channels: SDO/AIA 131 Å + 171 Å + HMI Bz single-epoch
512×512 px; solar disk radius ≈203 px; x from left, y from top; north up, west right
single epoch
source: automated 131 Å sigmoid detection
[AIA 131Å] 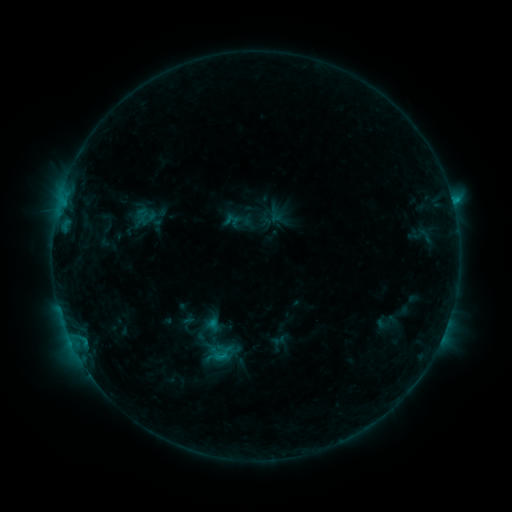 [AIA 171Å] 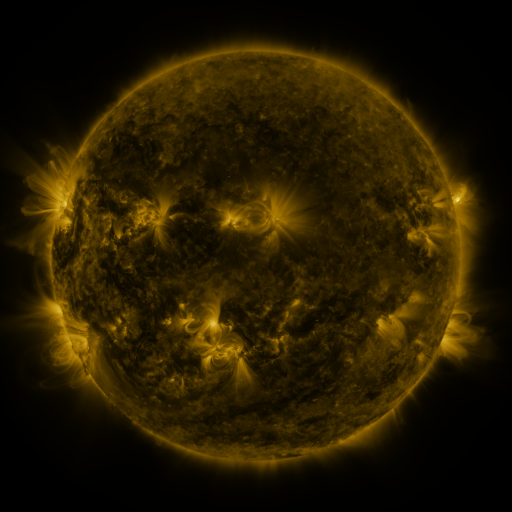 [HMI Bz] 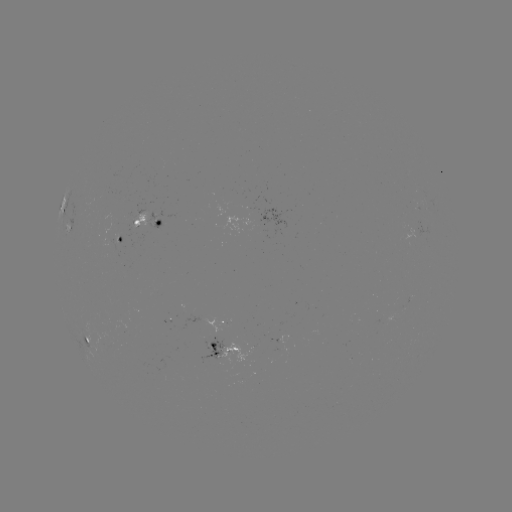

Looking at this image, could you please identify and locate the sigmoid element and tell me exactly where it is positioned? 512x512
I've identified sigmoid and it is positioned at [214, 347].